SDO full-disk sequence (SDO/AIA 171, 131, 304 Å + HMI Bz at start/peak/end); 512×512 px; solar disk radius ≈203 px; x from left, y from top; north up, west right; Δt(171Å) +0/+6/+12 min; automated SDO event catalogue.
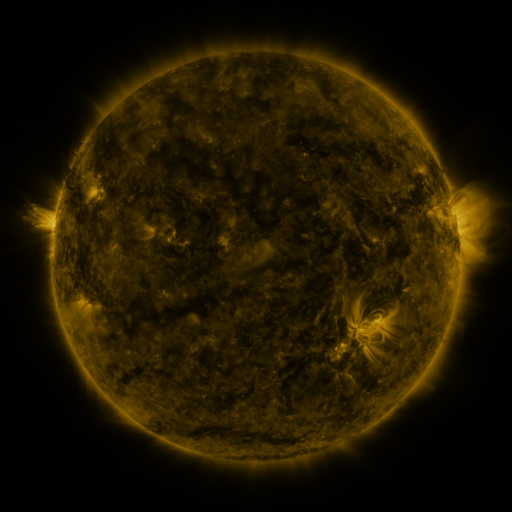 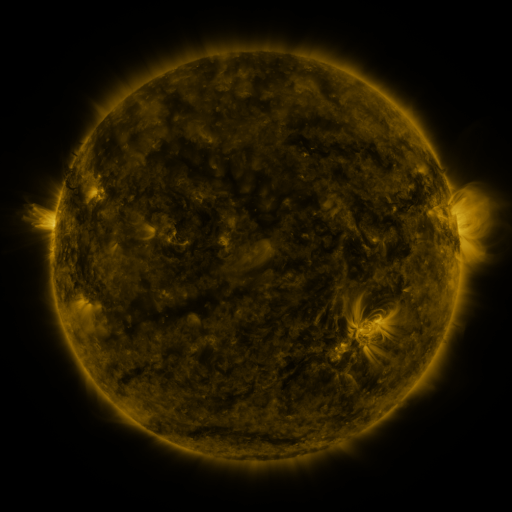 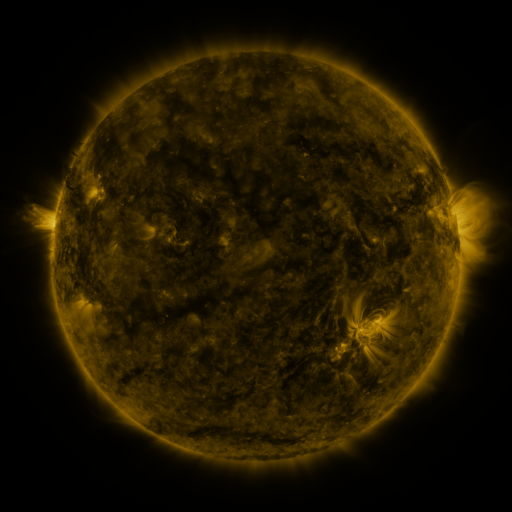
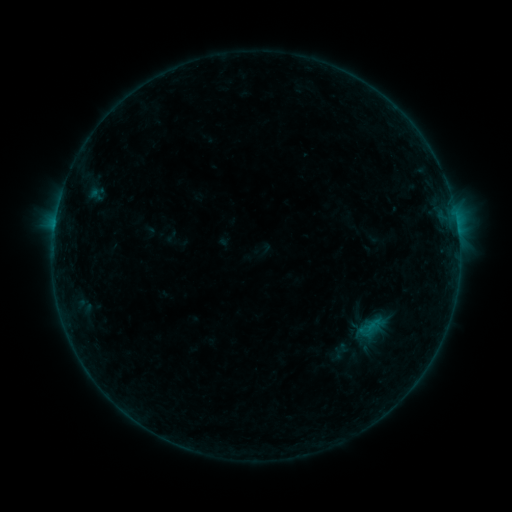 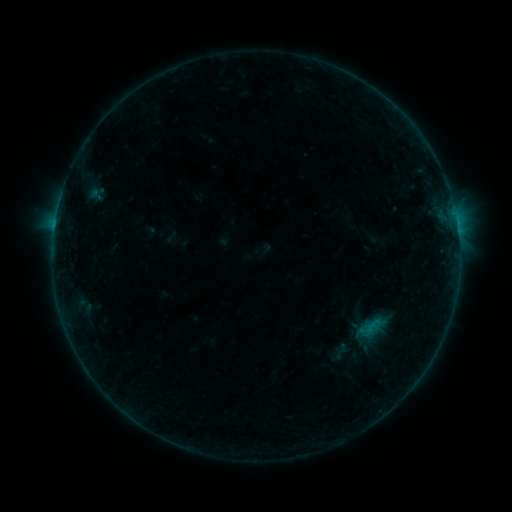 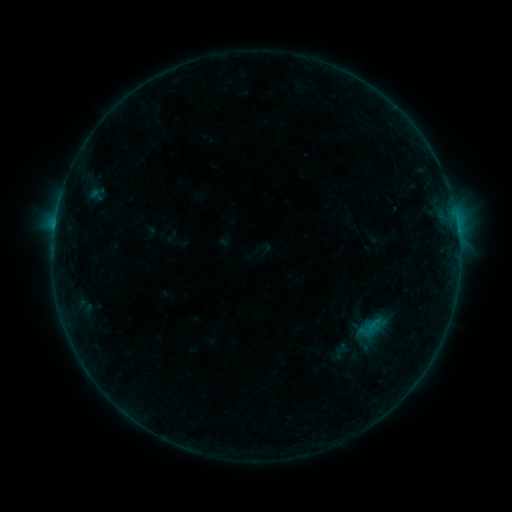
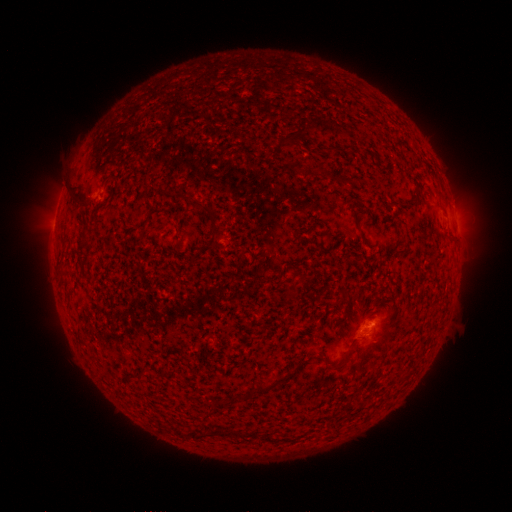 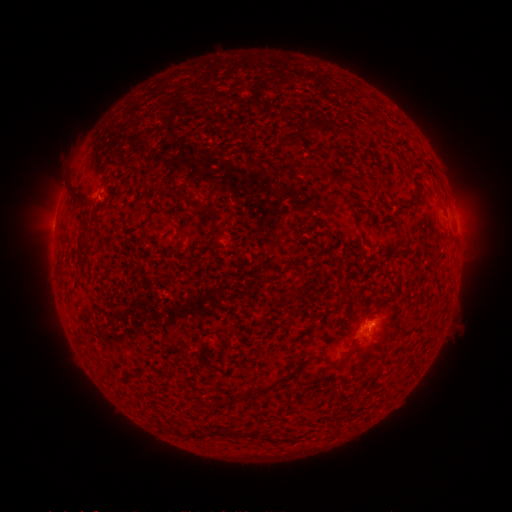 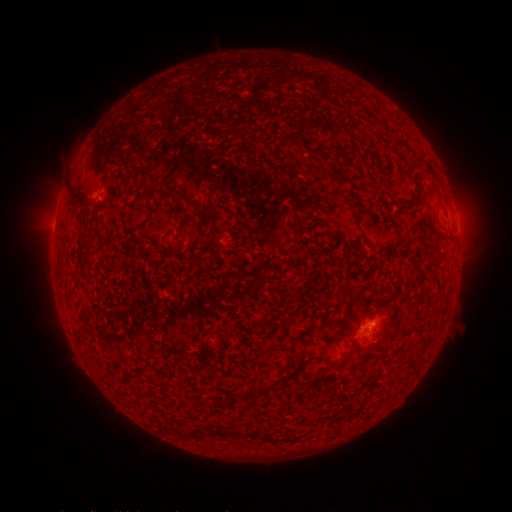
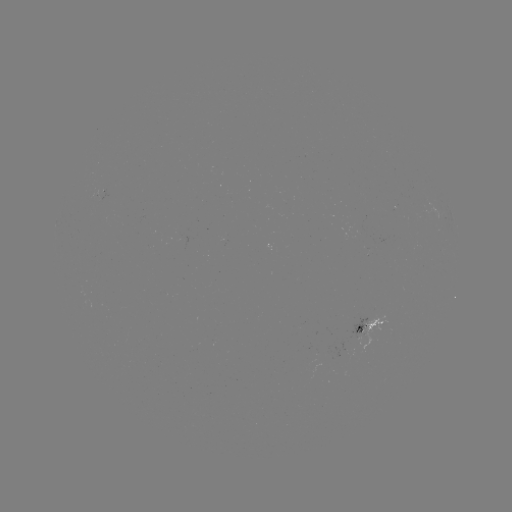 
no flare in any classed list; no EUV-trigger detection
